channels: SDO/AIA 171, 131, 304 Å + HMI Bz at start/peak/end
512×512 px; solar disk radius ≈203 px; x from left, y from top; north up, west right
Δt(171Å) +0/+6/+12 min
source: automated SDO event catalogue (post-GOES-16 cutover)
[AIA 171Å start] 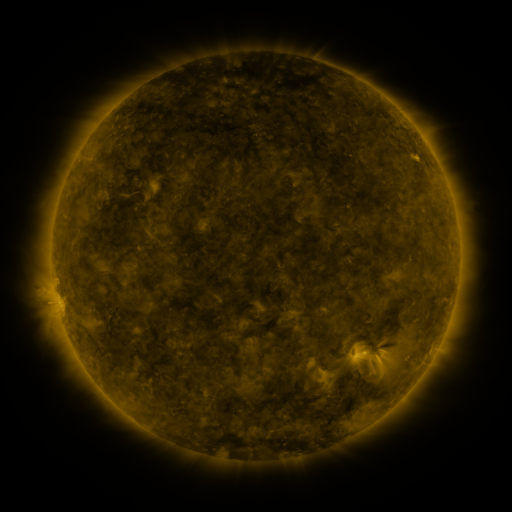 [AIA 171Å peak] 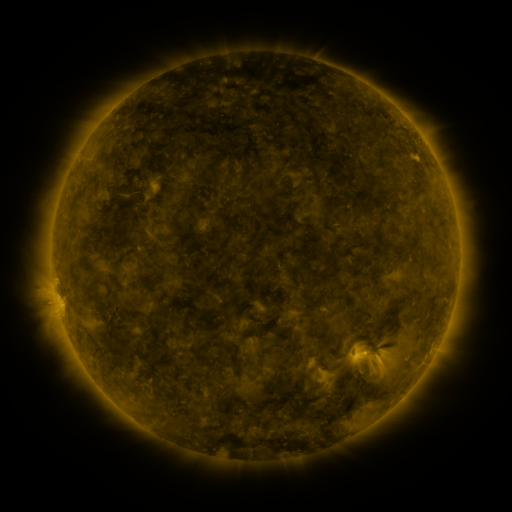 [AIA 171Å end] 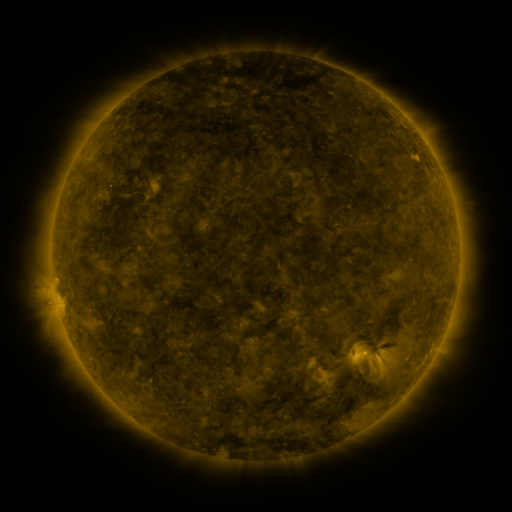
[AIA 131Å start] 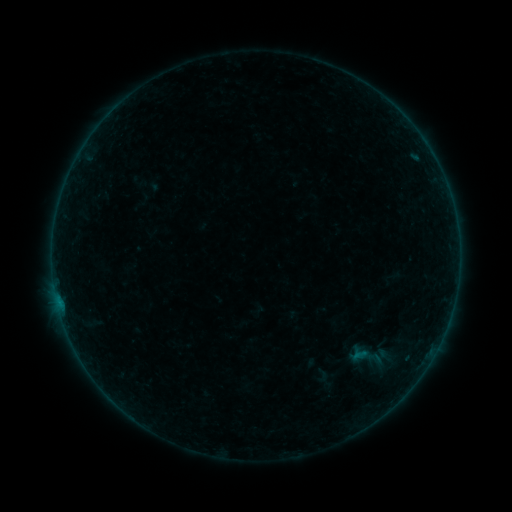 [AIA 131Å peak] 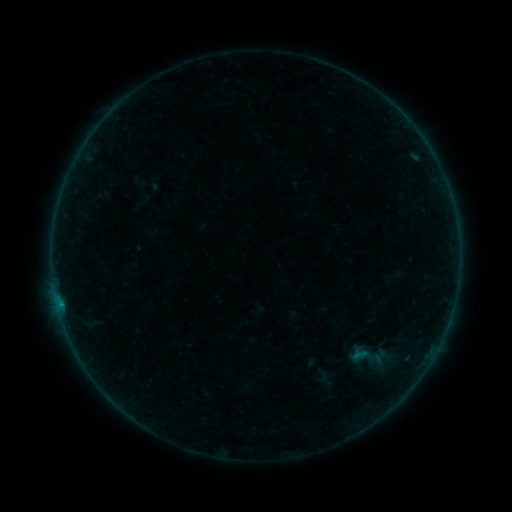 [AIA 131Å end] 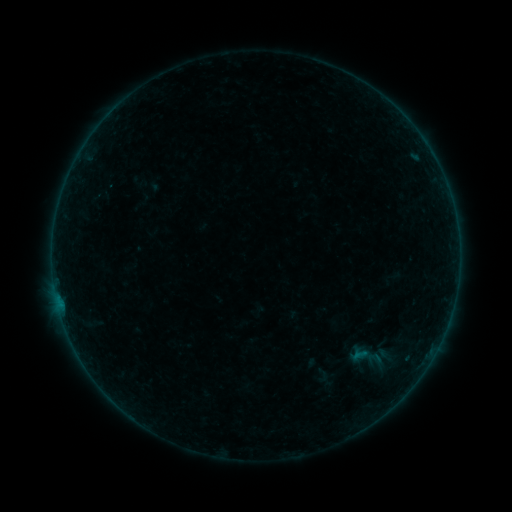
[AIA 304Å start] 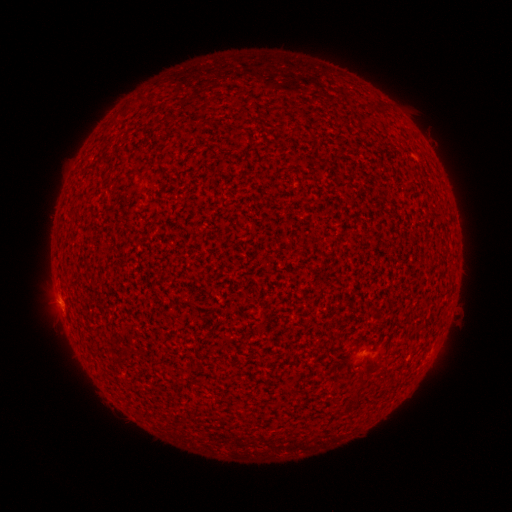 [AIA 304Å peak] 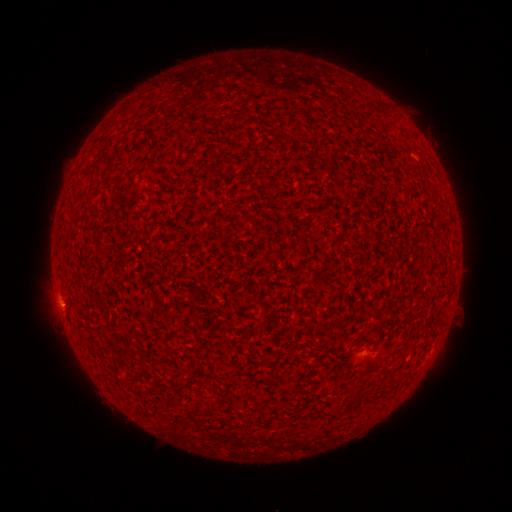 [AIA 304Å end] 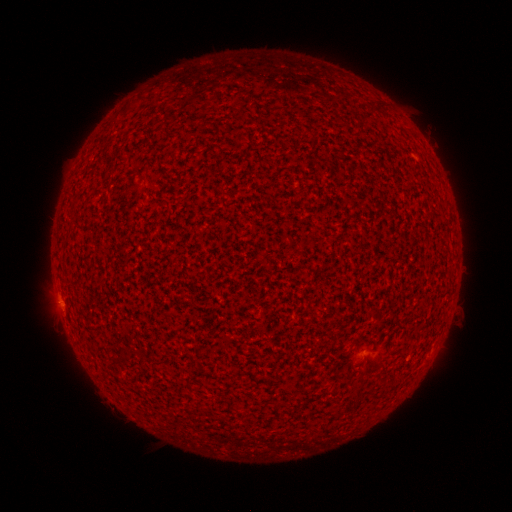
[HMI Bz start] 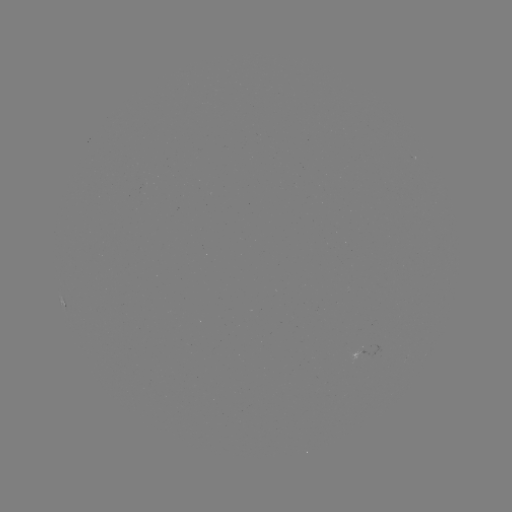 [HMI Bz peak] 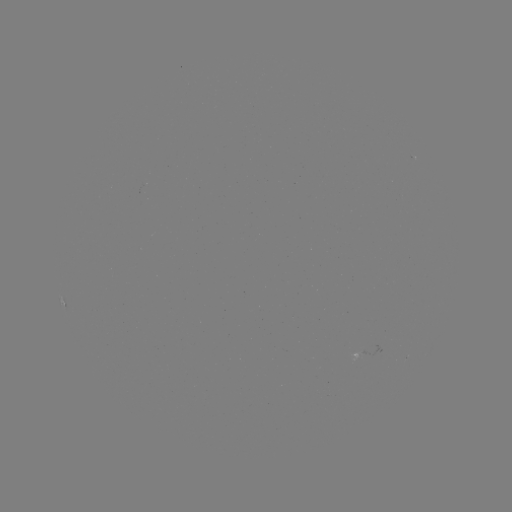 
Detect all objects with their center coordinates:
B1.1 flare: (61, 305)
